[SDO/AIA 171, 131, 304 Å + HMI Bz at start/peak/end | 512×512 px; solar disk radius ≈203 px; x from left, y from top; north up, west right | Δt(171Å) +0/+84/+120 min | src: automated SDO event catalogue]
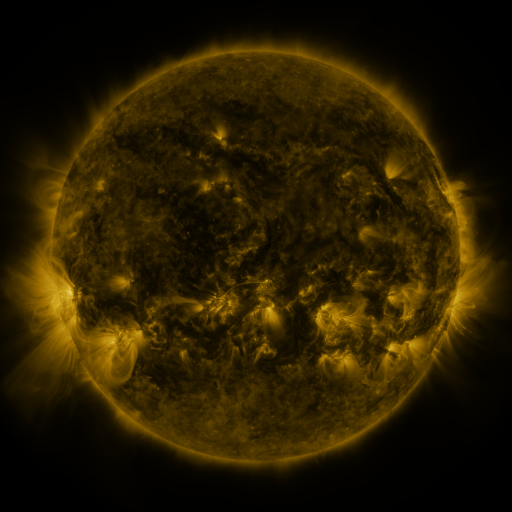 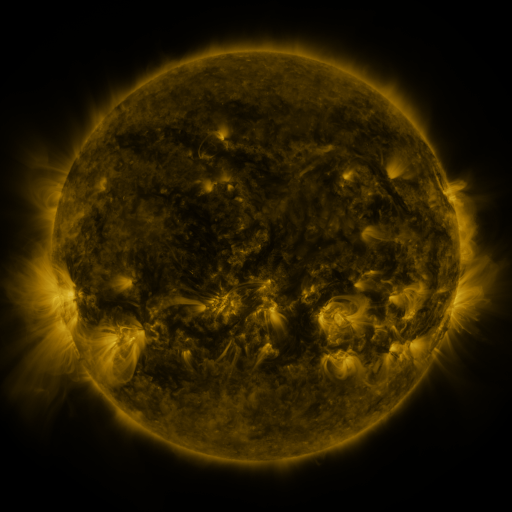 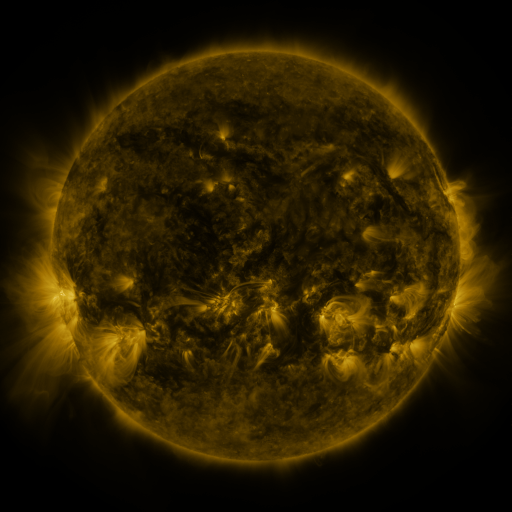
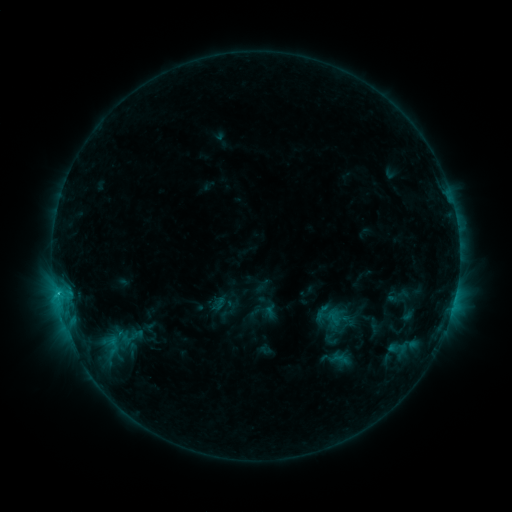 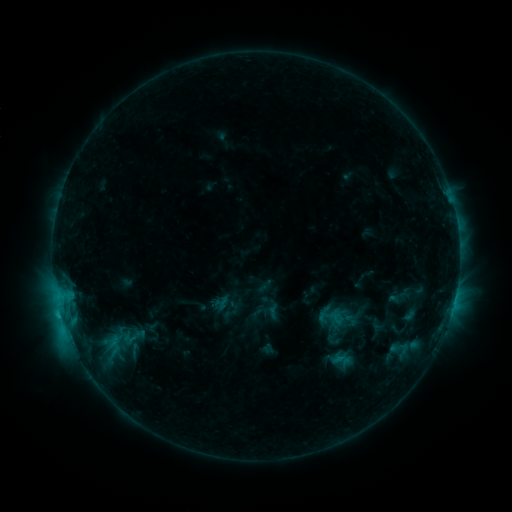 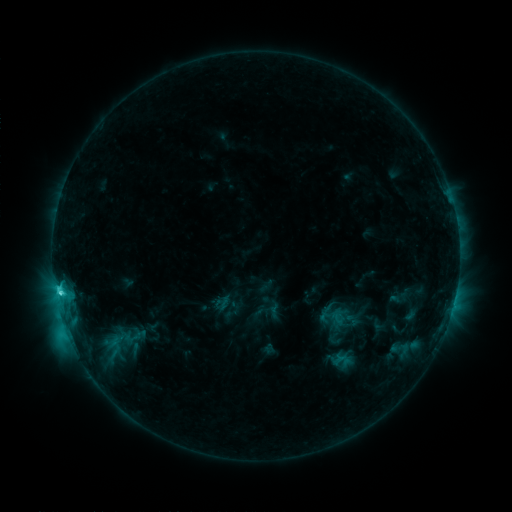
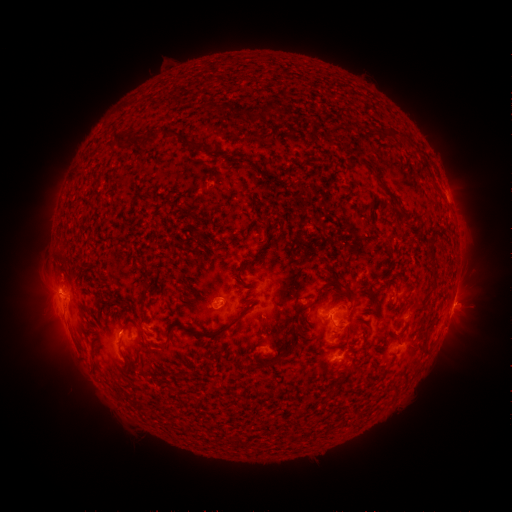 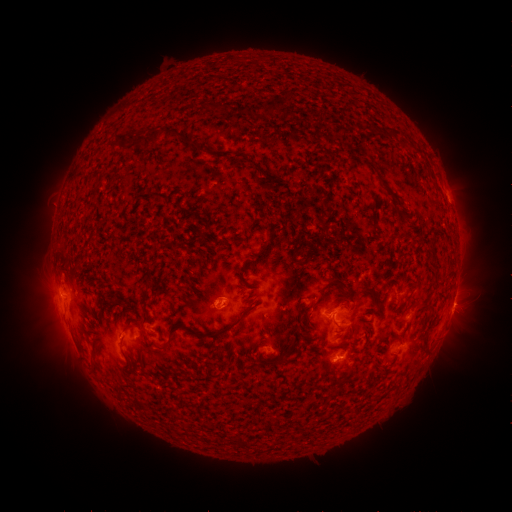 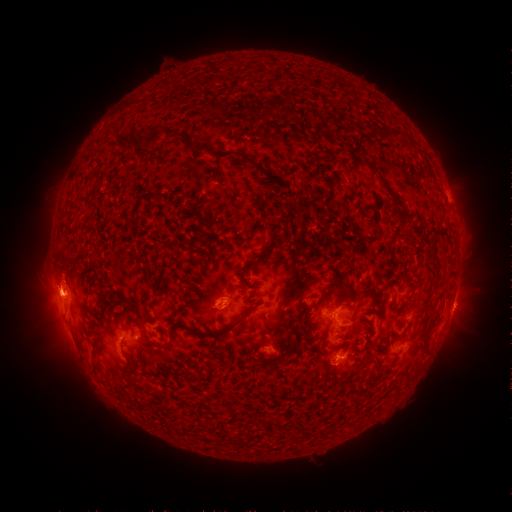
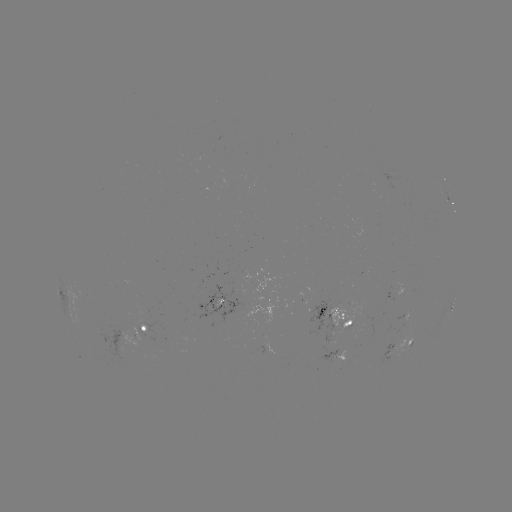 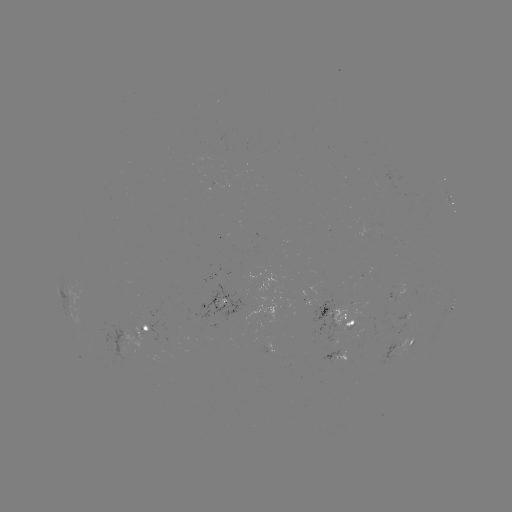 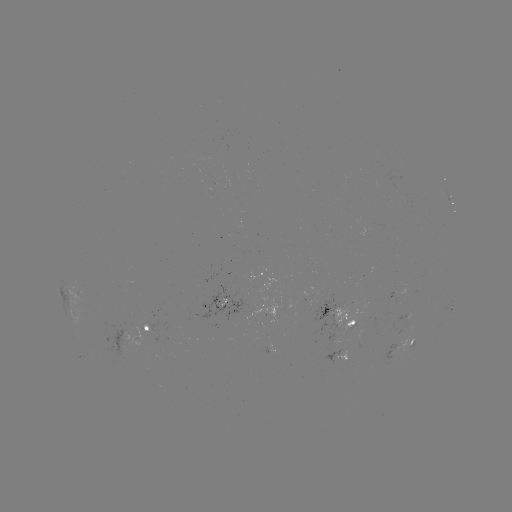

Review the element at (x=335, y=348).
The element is emerging-flux region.